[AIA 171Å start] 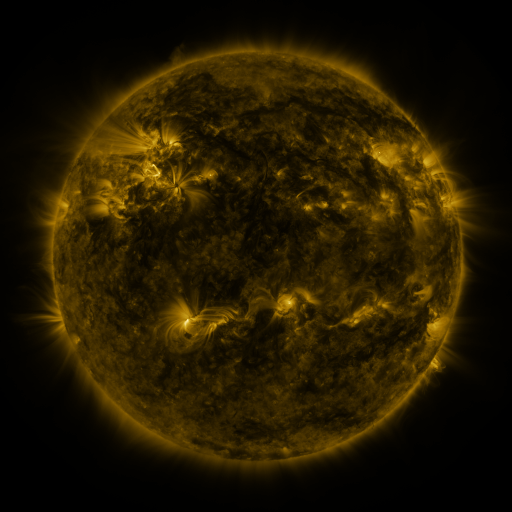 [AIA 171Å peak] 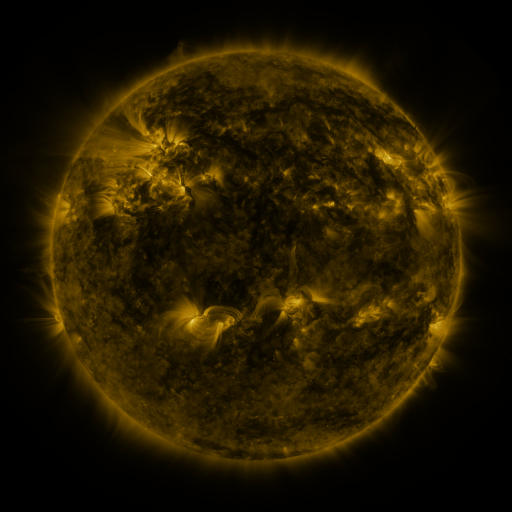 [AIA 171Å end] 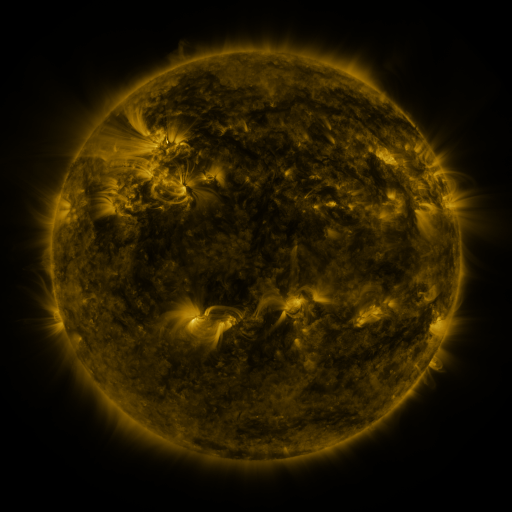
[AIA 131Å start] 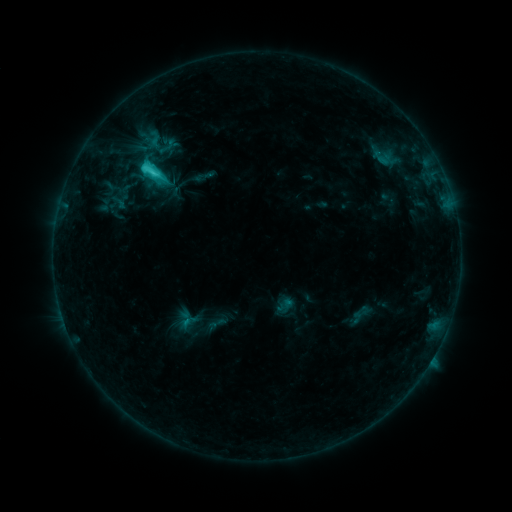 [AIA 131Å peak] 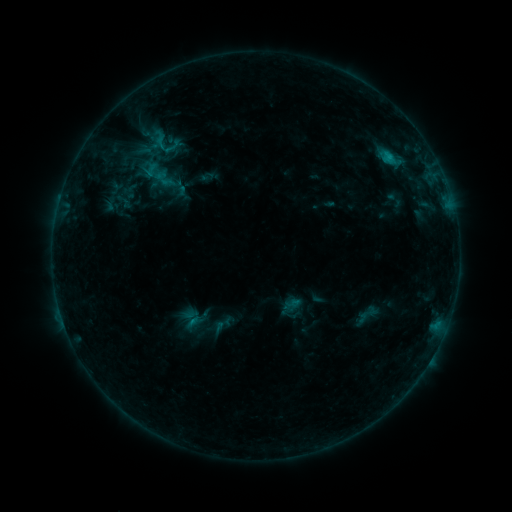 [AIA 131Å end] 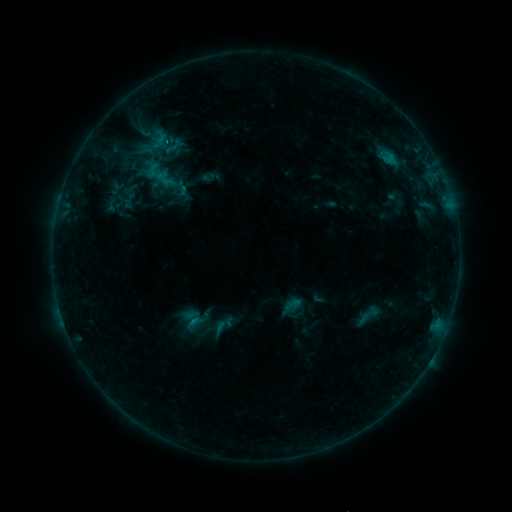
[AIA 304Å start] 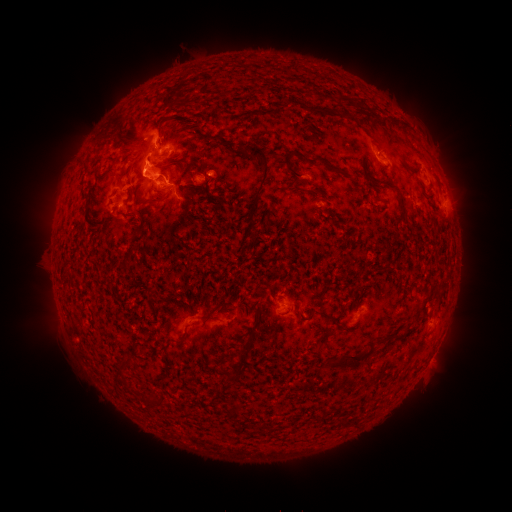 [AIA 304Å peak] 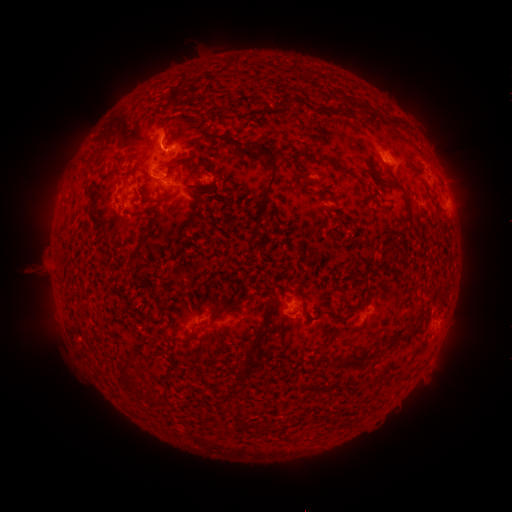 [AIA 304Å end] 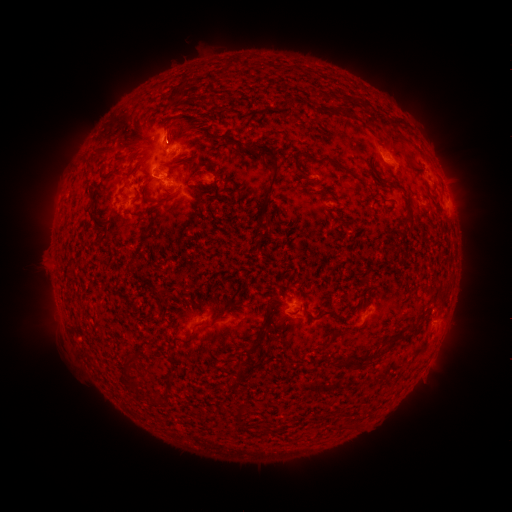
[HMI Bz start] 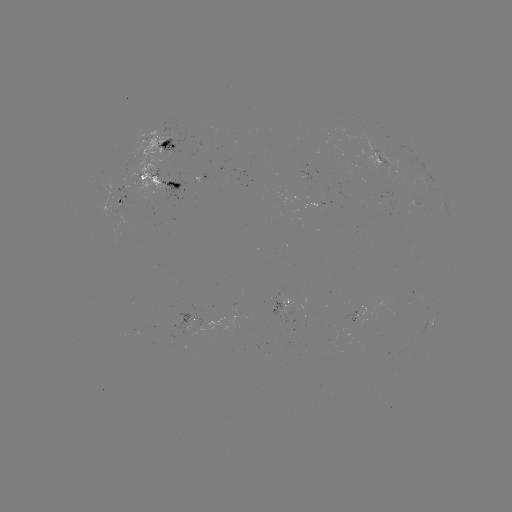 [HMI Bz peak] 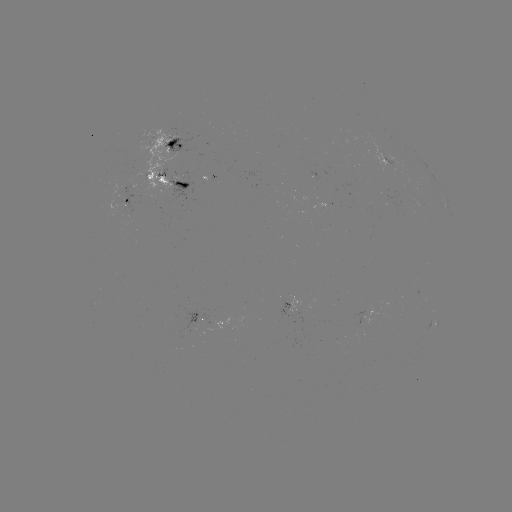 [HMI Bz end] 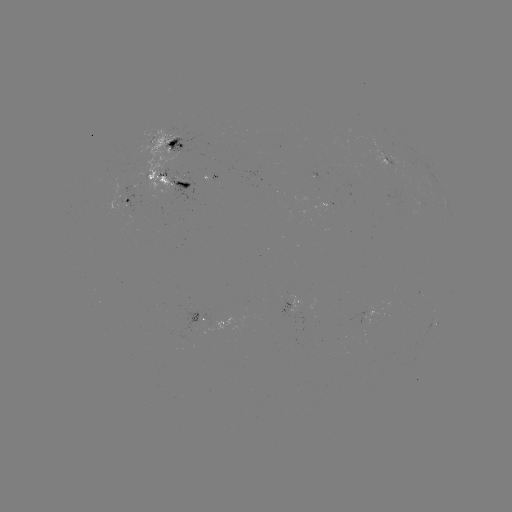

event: emerging-flux region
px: (201, 174)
